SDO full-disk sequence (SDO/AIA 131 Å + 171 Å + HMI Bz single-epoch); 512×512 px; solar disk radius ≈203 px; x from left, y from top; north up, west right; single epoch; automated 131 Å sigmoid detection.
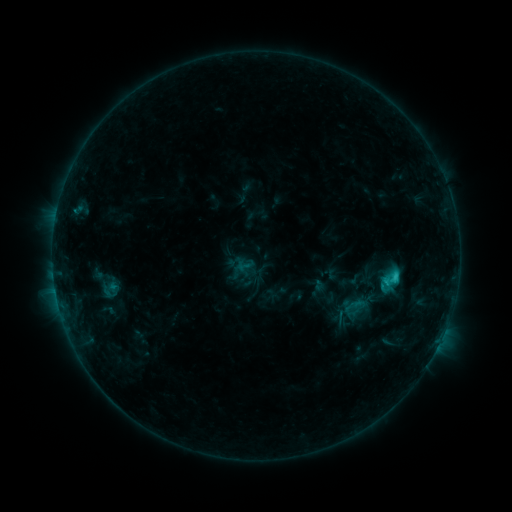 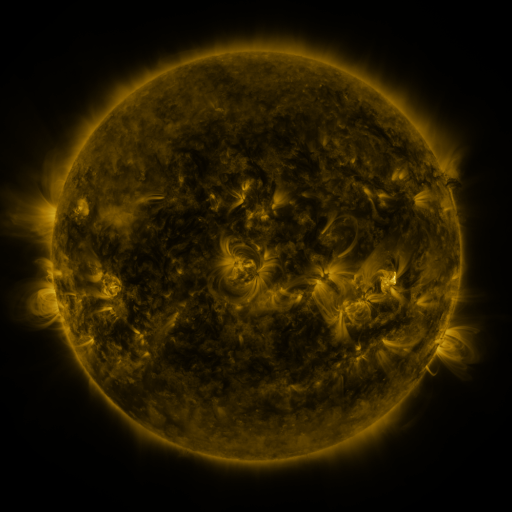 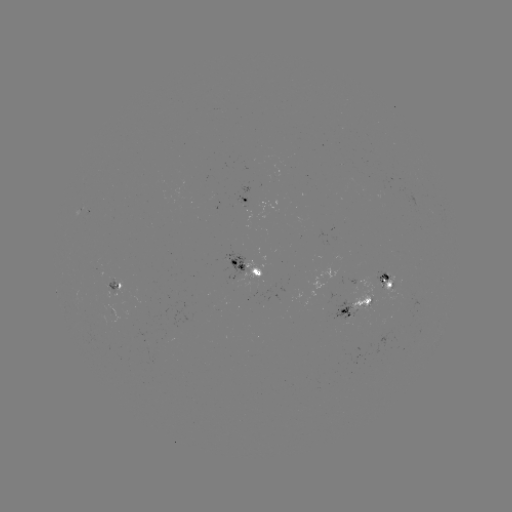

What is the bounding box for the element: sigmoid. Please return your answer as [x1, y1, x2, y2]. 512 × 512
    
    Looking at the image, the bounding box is [380, 267, 402, 291].